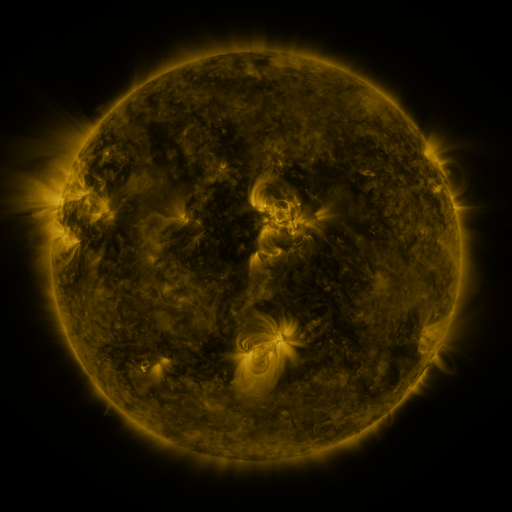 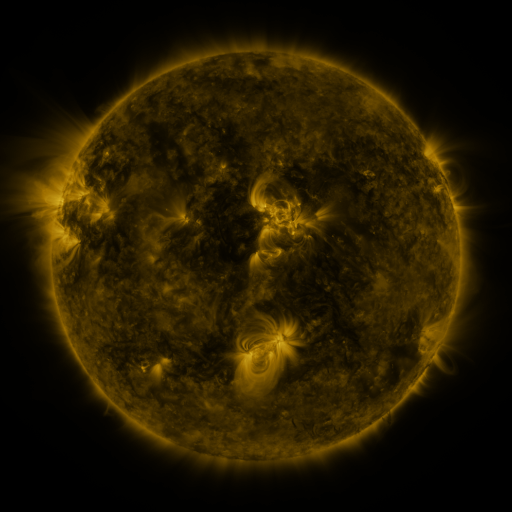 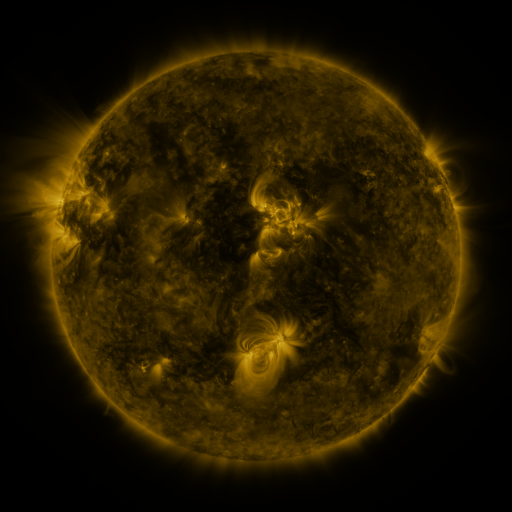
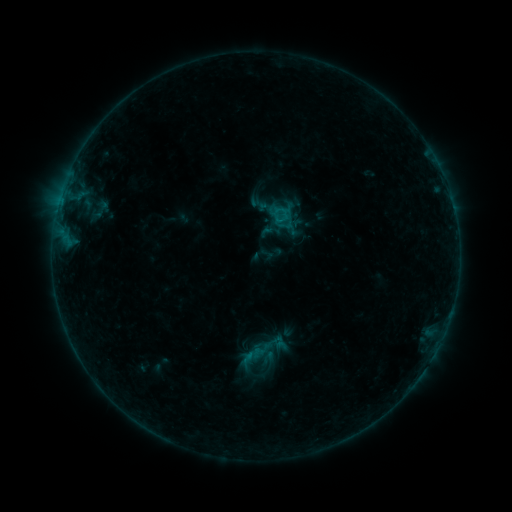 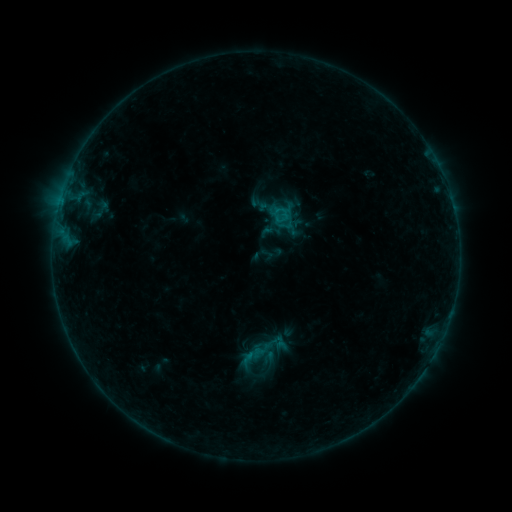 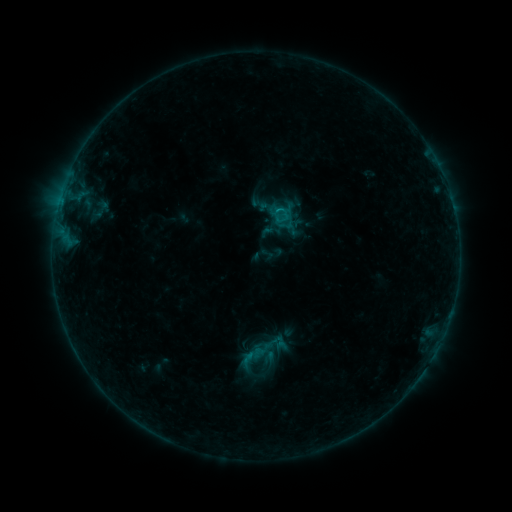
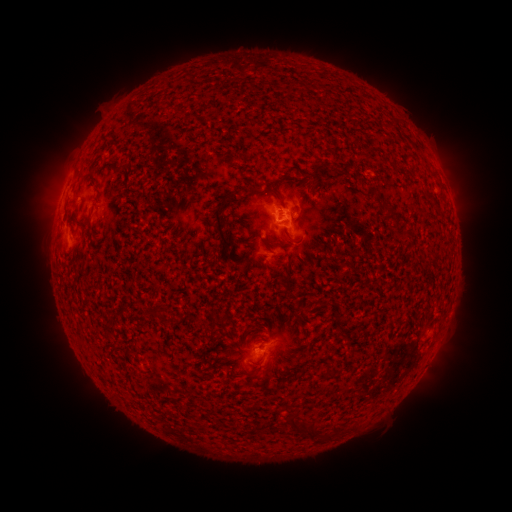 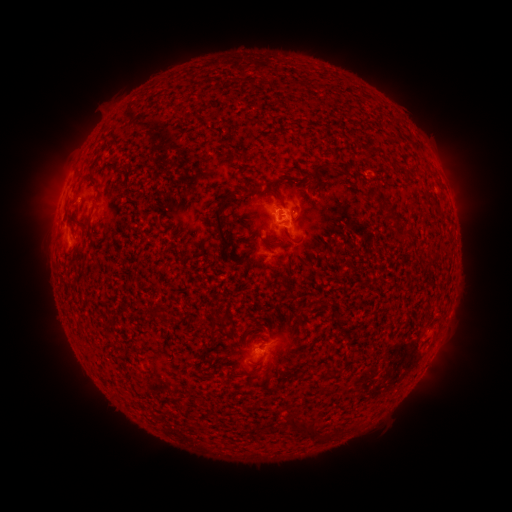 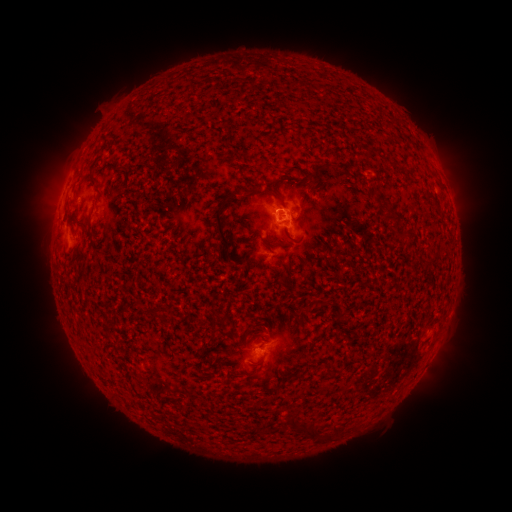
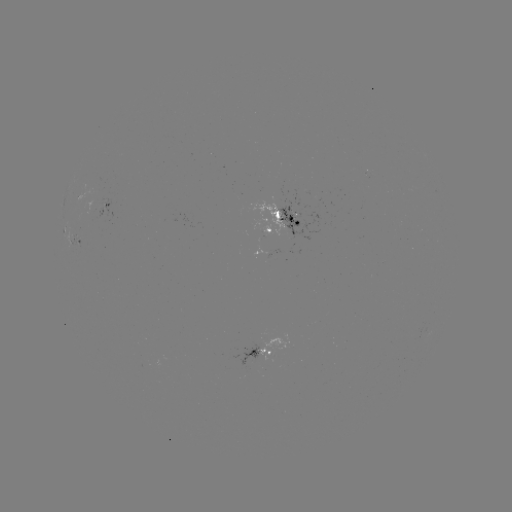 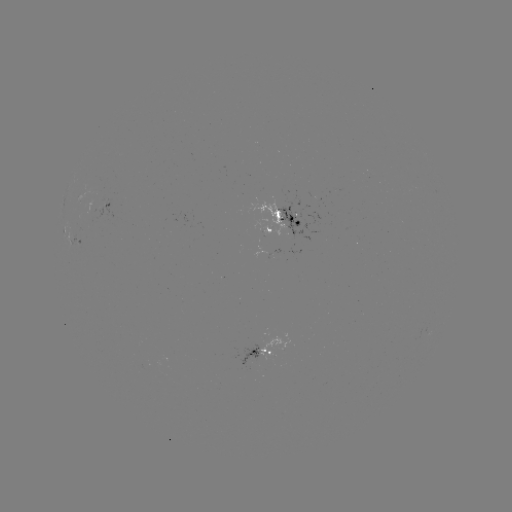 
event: flare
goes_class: B5.6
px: (276, 213)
